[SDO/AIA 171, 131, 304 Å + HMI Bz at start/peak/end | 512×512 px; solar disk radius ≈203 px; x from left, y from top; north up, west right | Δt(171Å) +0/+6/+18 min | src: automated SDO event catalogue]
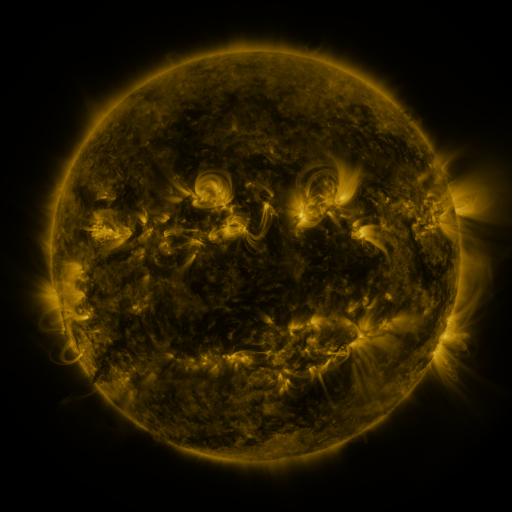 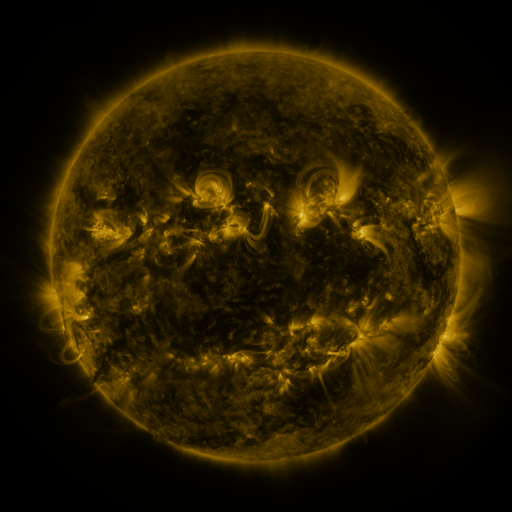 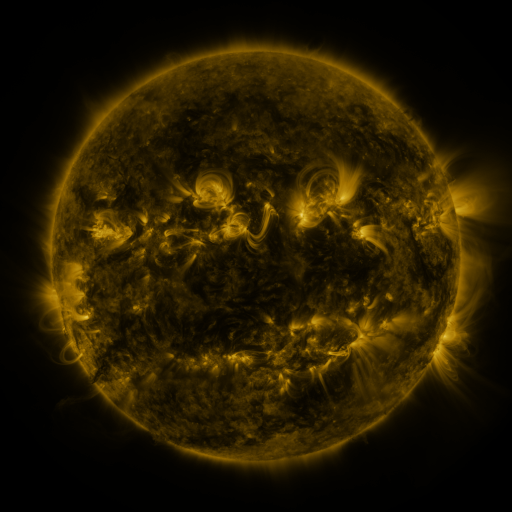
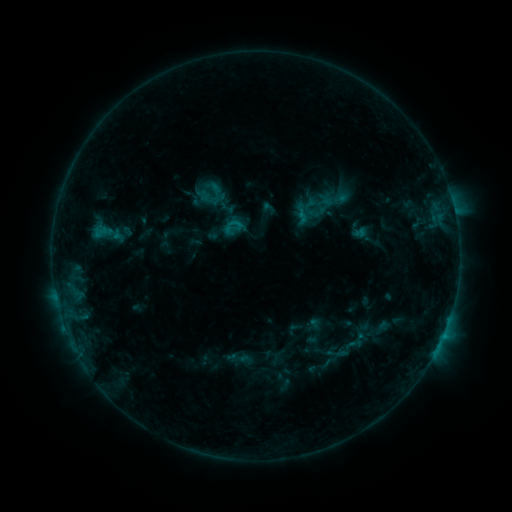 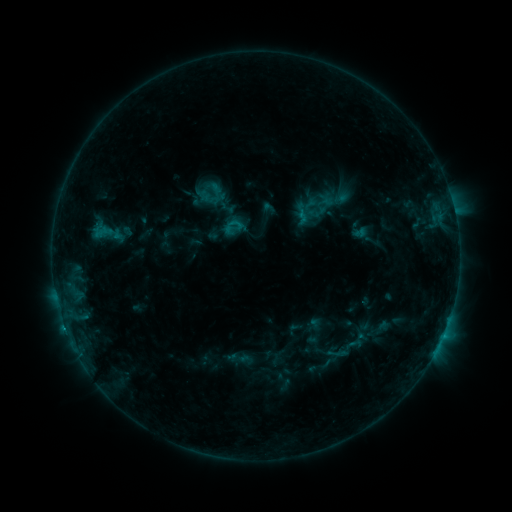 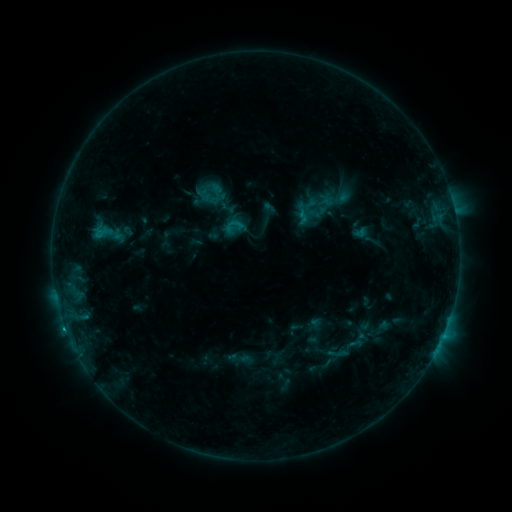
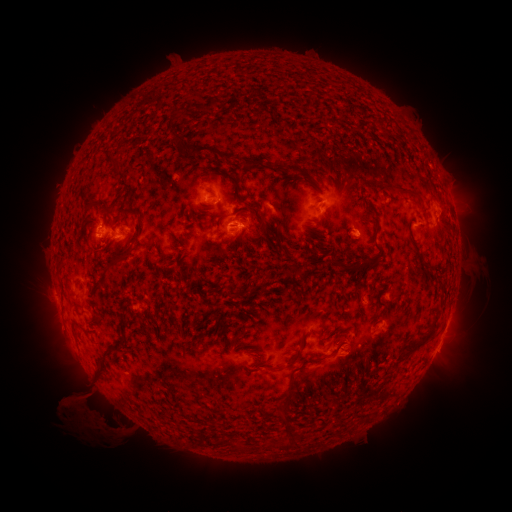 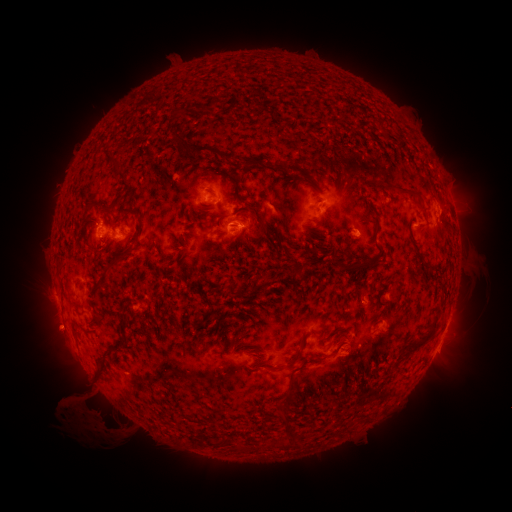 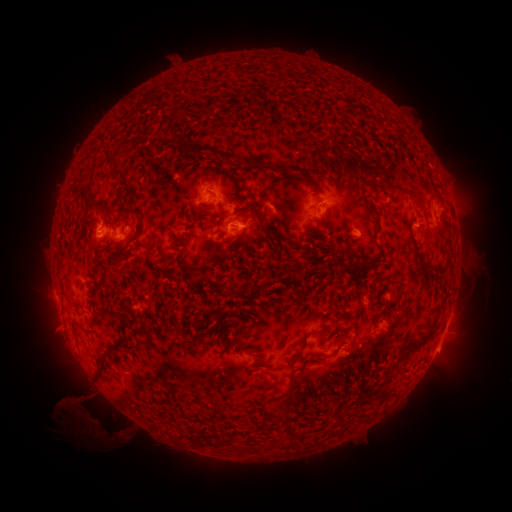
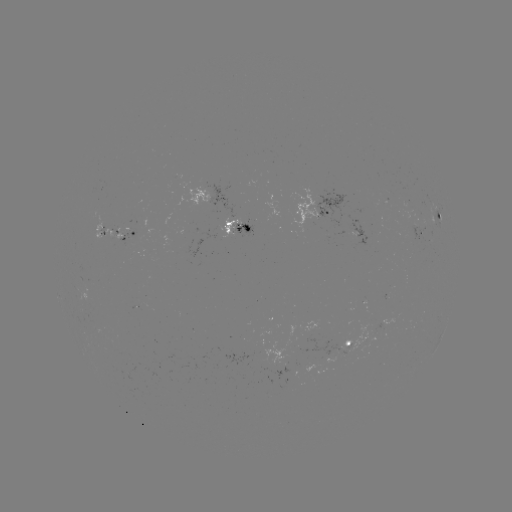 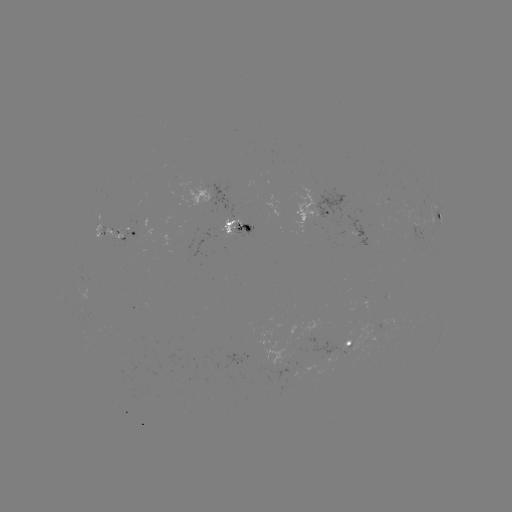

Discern C1.1 flare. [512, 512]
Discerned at [65, 325].